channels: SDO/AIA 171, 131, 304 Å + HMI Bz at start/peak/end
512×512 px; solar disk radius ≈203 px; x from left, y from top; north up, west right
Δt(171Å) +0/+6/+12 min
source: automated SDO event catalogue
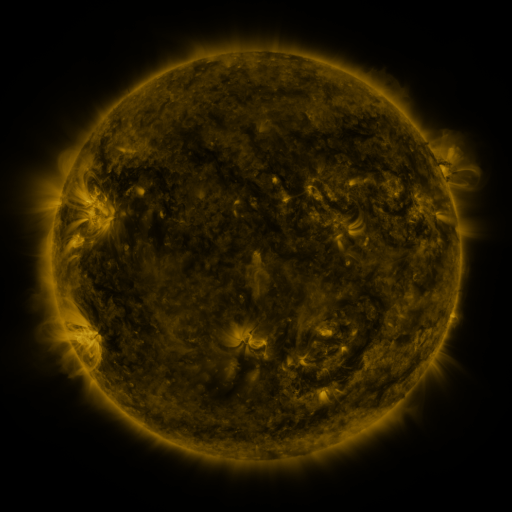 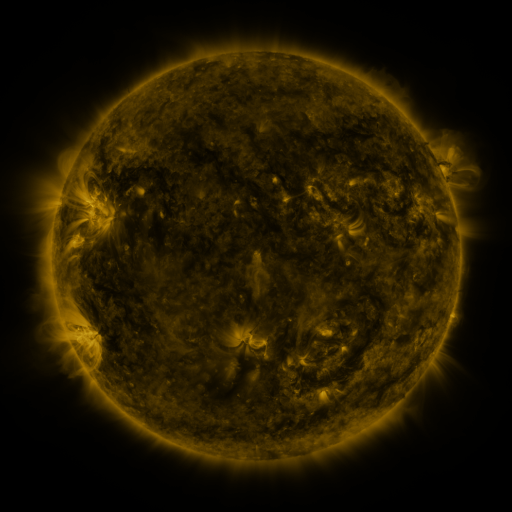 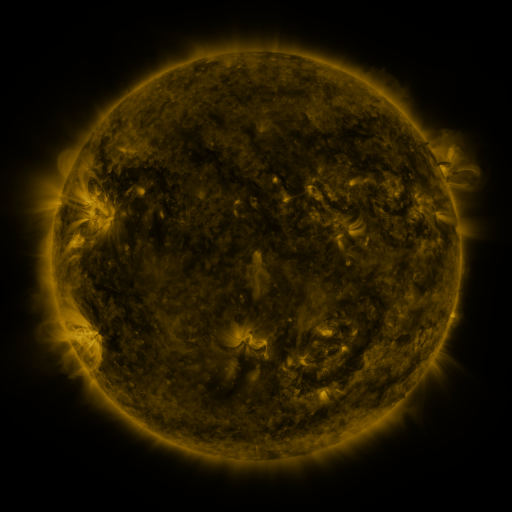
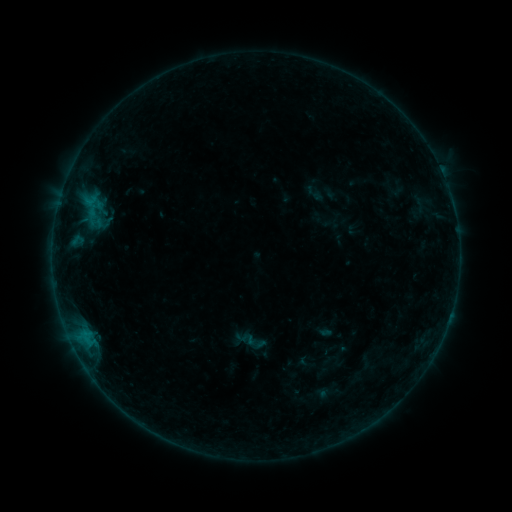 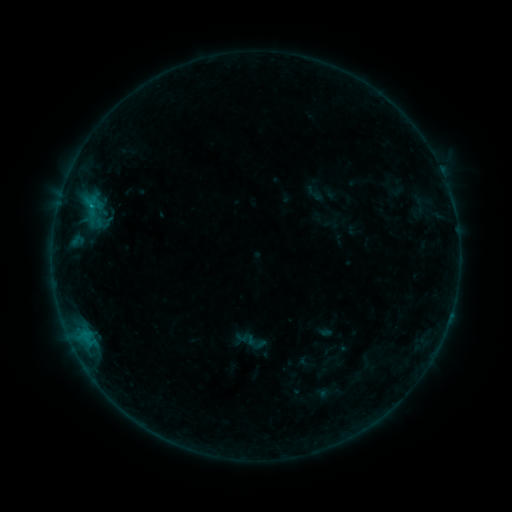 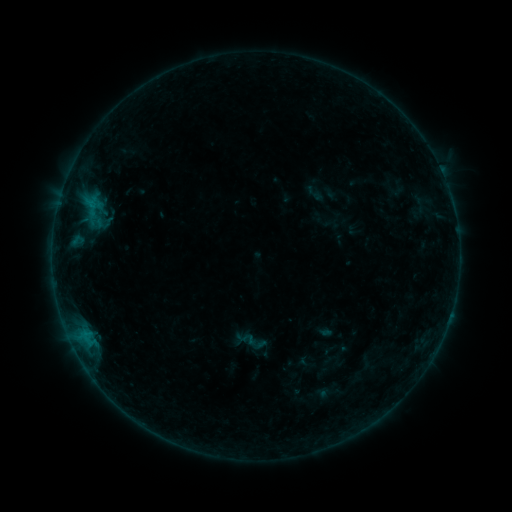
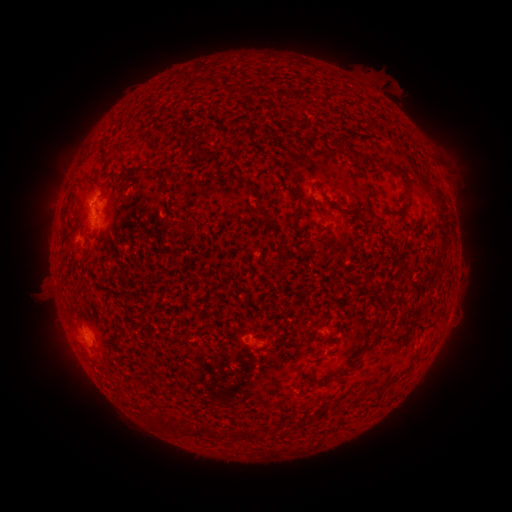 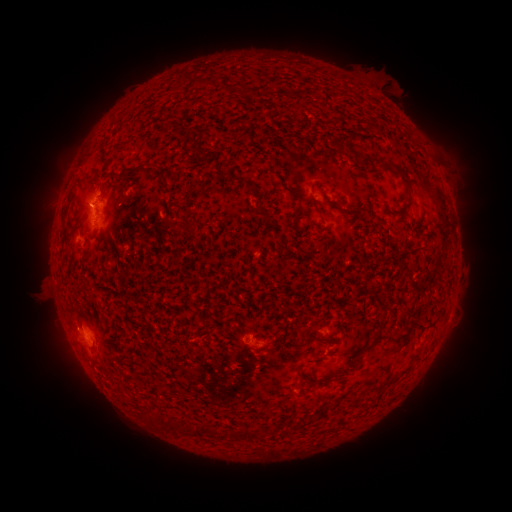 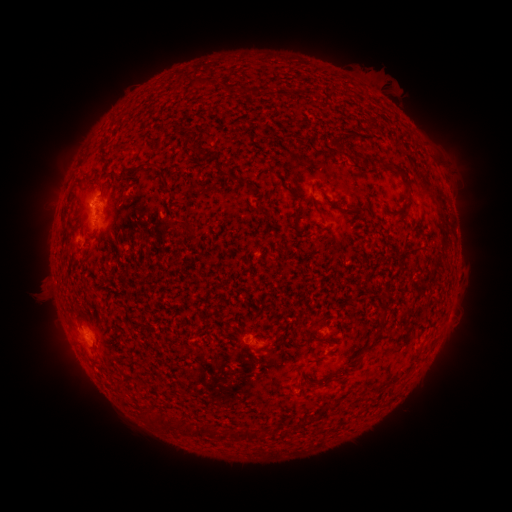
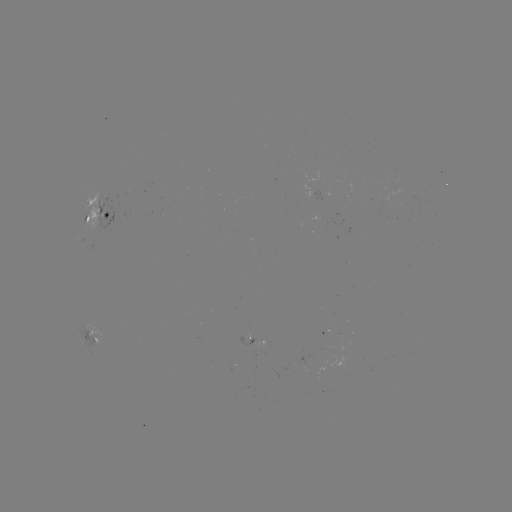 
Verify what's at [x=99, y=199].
B3.7 flare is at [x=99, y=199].